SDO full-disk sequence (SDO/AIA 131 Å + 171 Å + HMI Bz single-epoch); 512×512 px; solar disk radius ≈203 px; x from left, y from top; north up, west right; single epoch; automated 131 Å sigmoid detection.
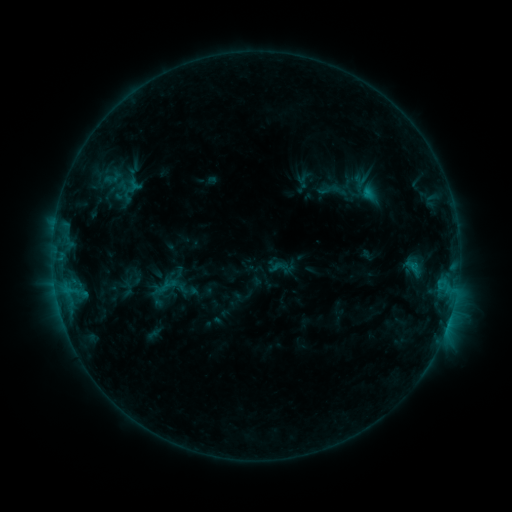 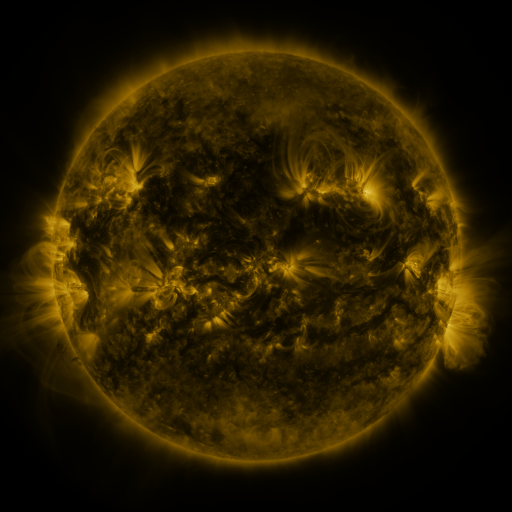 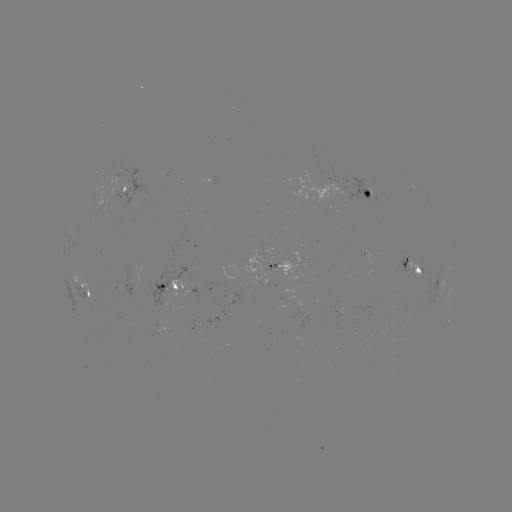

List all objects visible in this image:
sigmoid: (143, 267, 193, 308)
